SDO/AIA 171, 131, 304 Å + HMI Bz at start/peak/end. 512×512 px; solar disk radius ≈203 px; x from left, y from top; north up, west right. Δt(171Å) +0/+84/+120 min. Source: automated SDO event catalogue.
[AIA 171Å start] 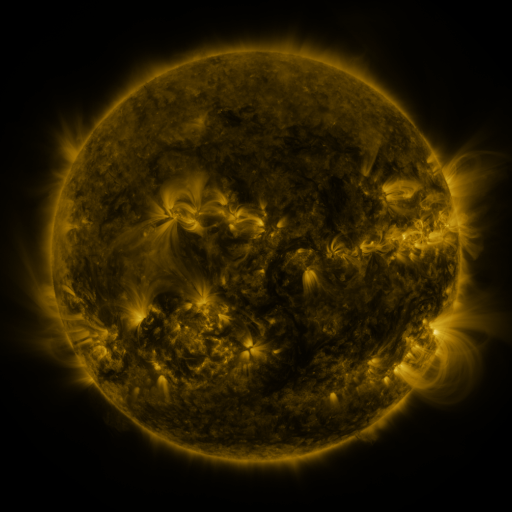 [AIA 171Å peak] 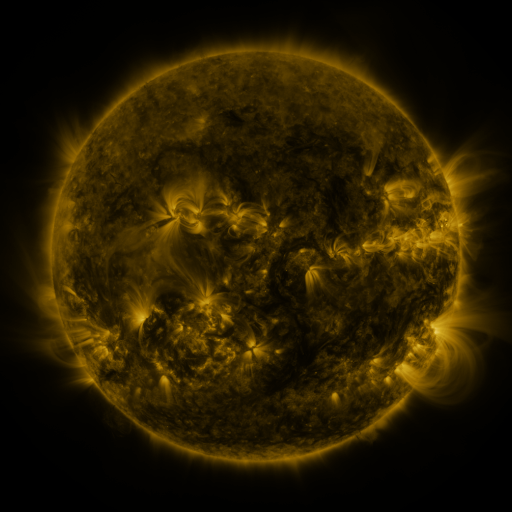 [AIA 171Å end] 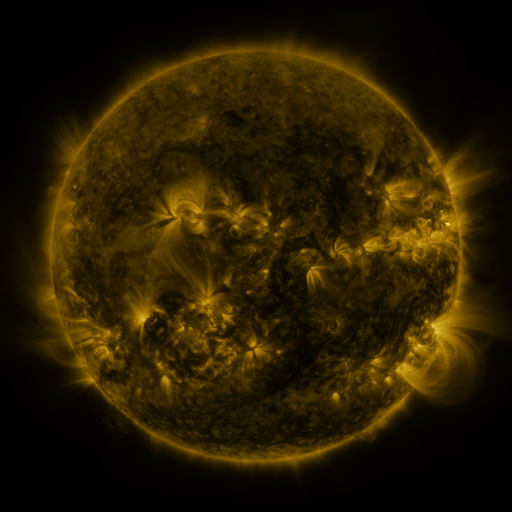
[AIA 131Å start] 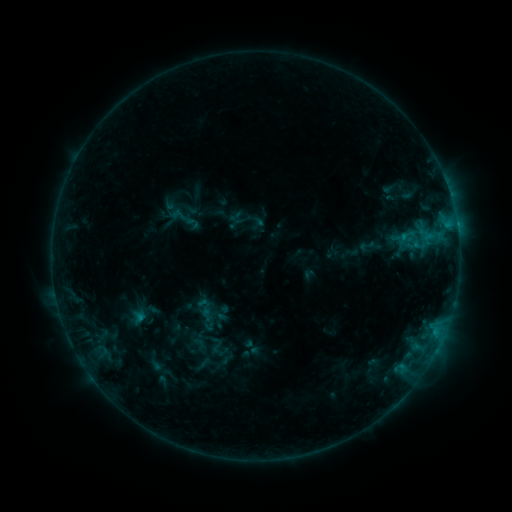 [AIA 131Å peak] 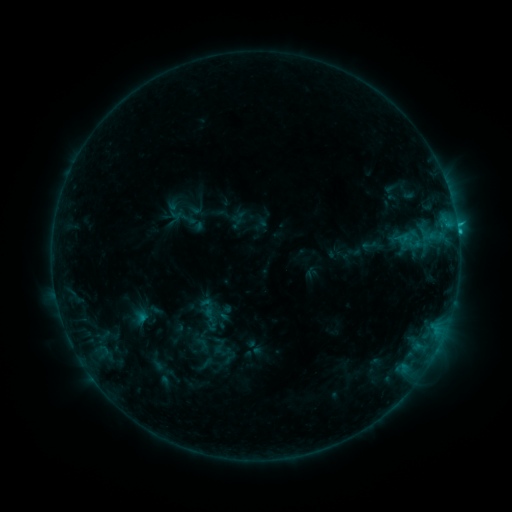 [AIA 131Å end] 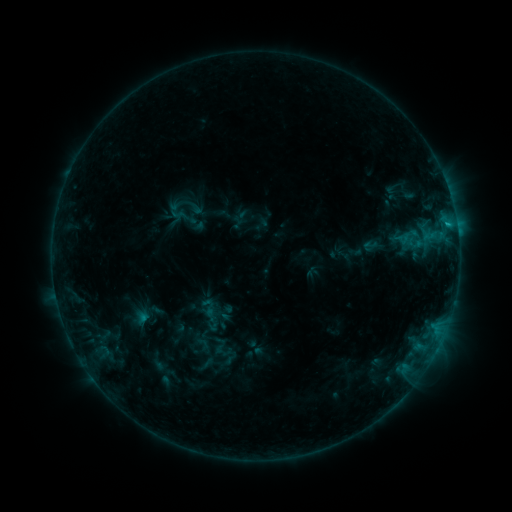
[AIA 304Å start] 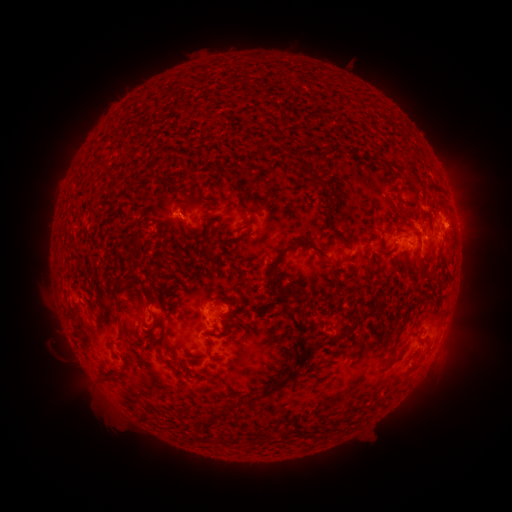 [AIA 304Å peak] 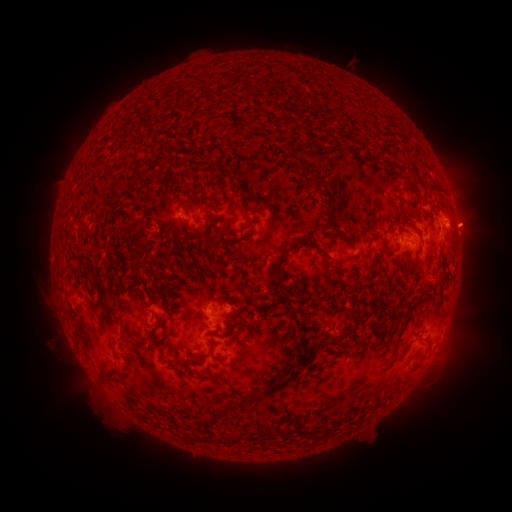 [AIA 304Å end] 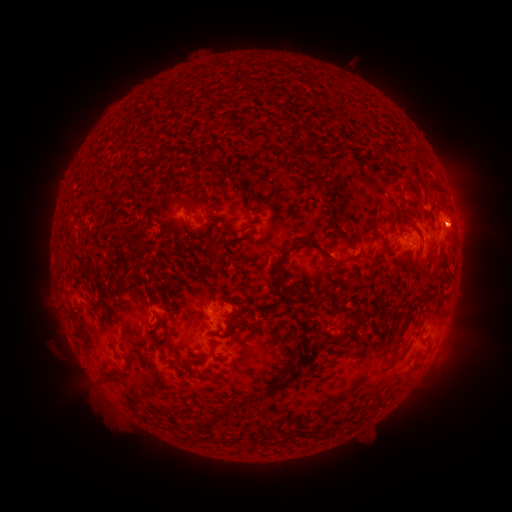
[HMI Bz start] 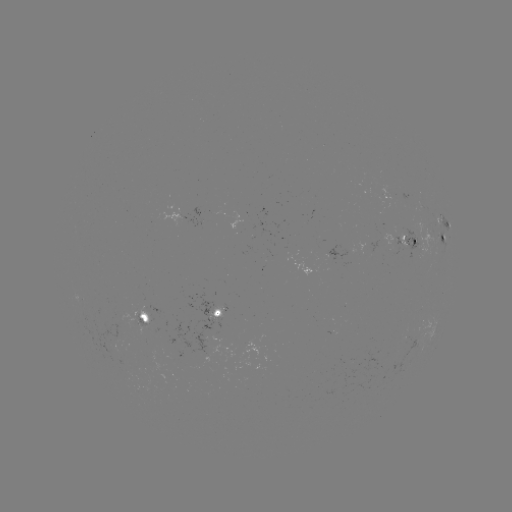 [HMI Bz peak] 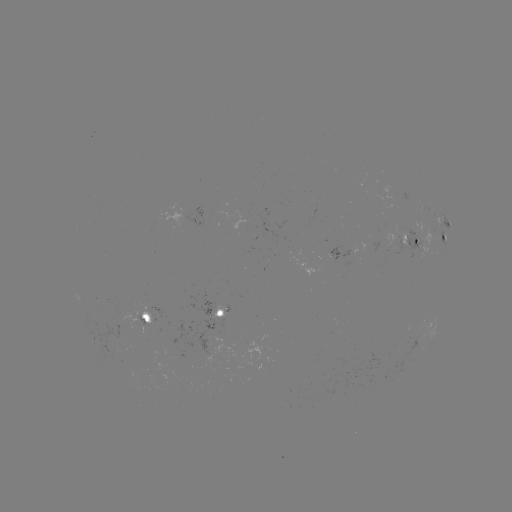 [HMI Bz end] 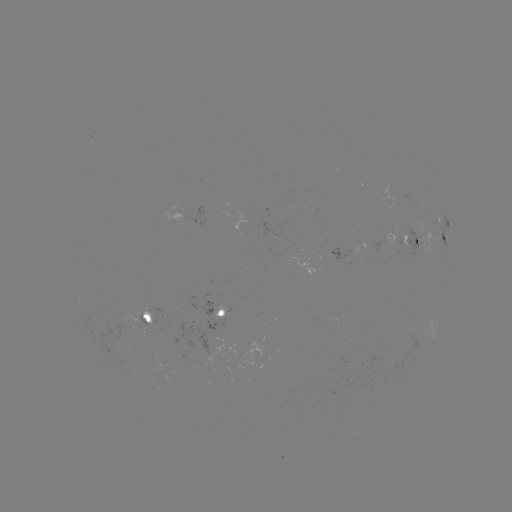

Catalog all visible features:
emerging-flux region: (333, 257)
